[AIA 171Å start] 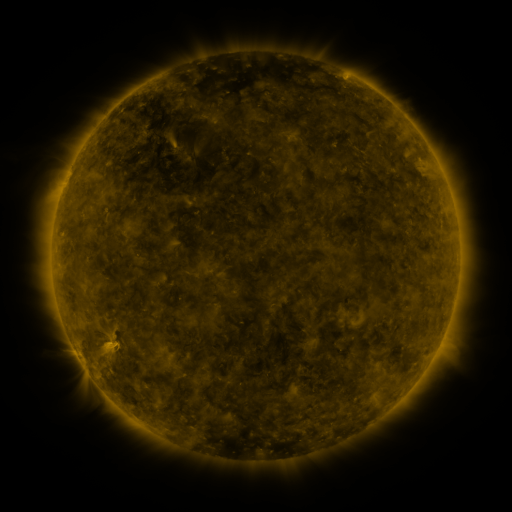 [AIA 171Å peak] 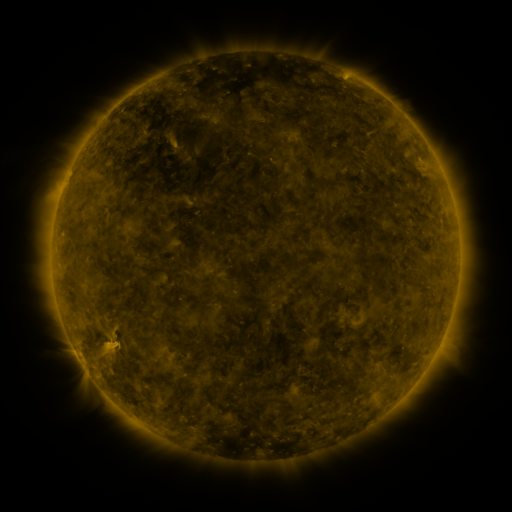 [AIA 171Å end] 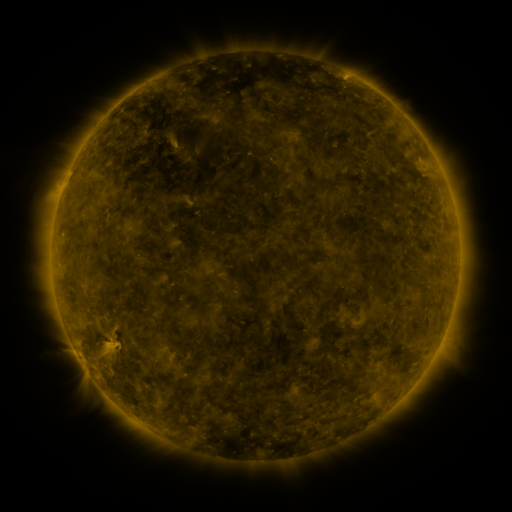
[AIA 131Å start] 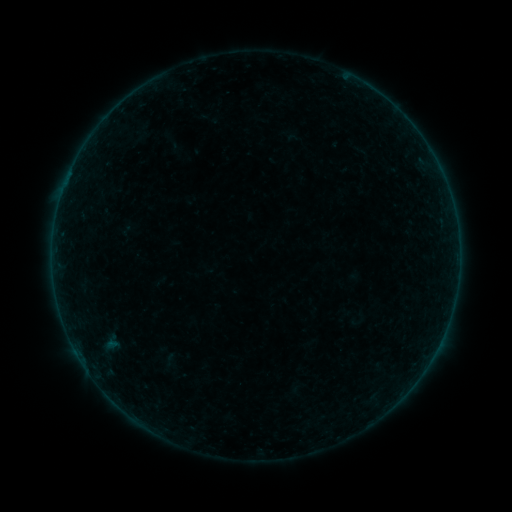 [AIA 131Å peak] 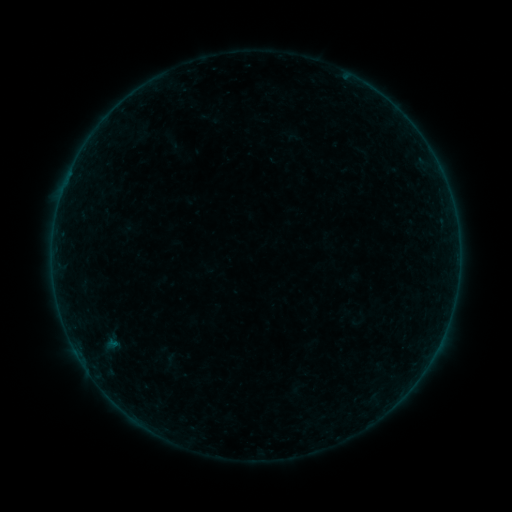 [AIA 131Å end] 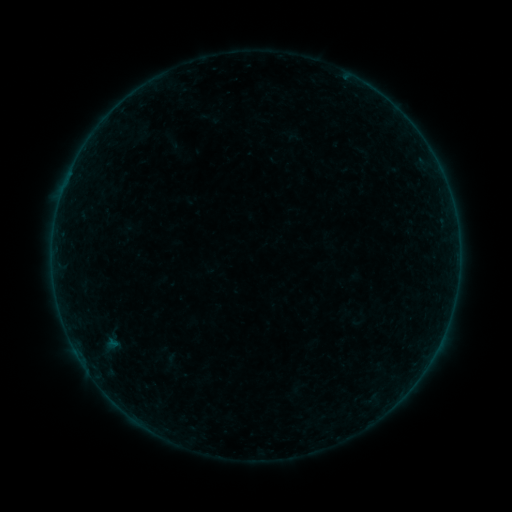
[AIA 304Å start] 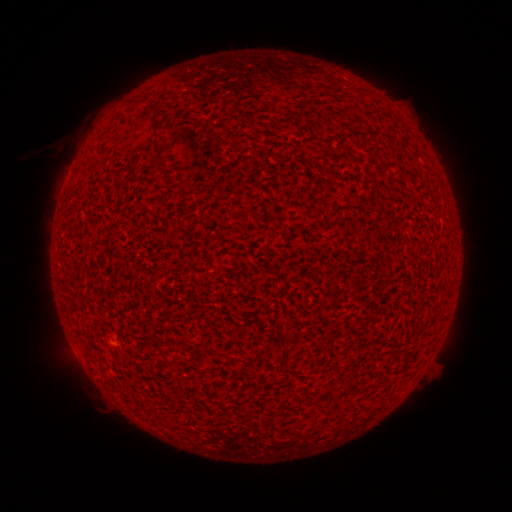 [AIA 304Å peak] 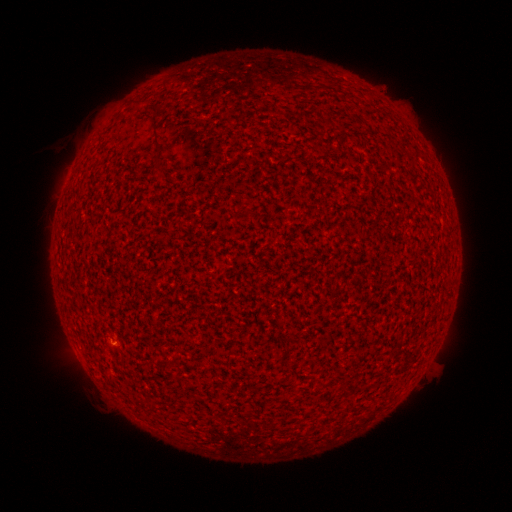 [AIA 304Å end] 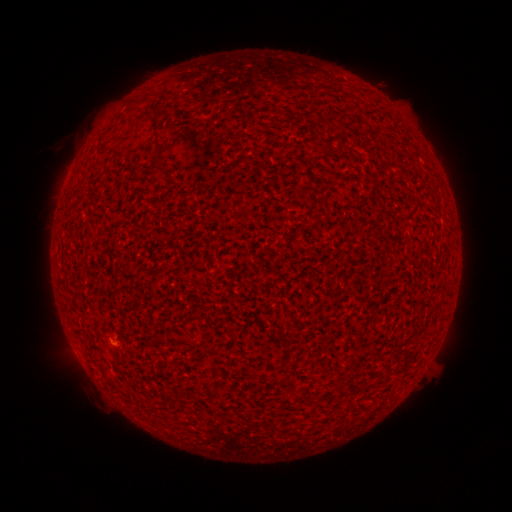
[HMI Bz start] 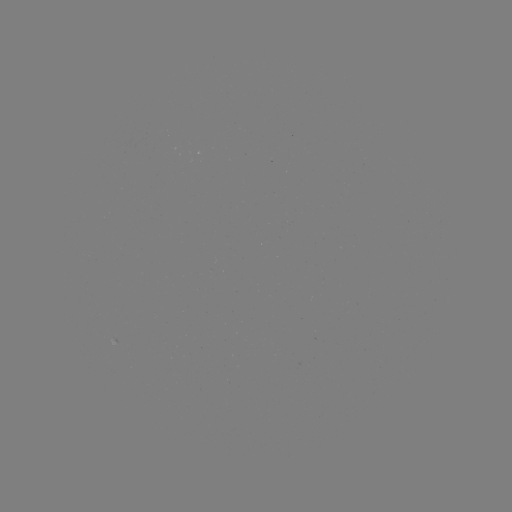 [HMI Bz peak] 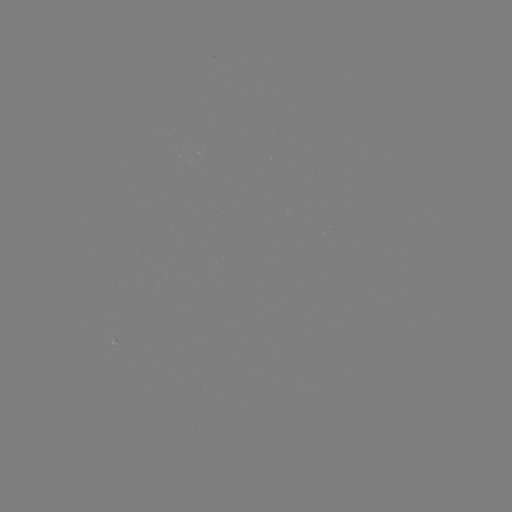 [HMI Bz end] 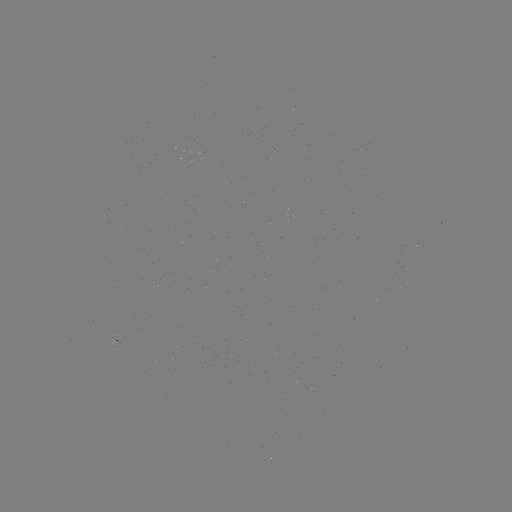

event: flare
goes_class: A3.5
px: (114, 341)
